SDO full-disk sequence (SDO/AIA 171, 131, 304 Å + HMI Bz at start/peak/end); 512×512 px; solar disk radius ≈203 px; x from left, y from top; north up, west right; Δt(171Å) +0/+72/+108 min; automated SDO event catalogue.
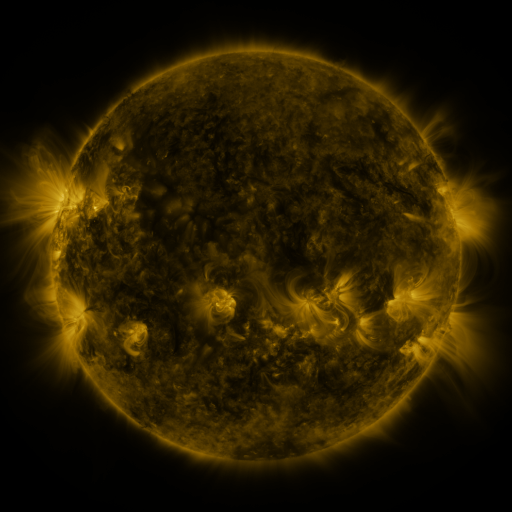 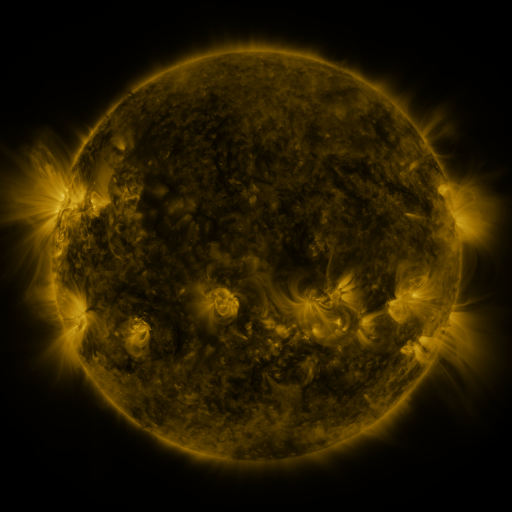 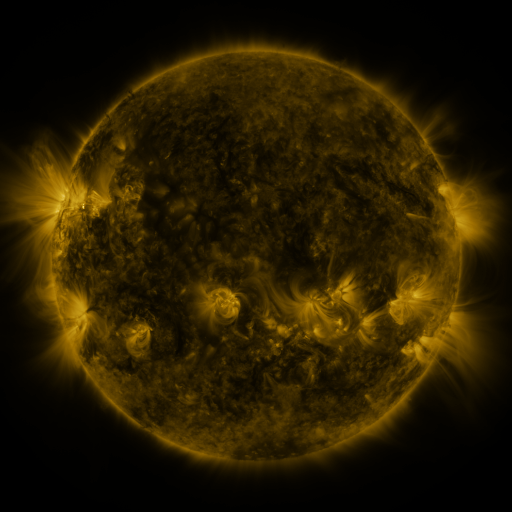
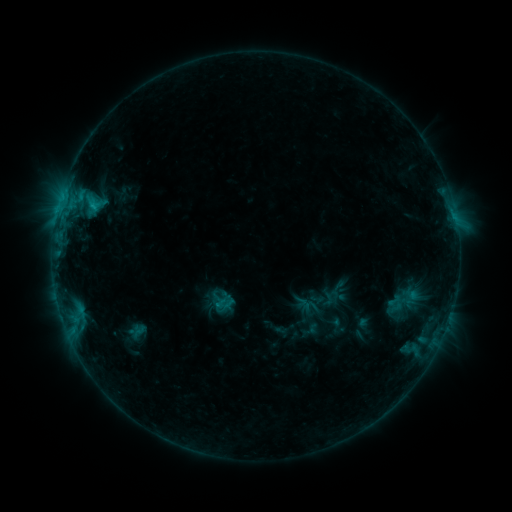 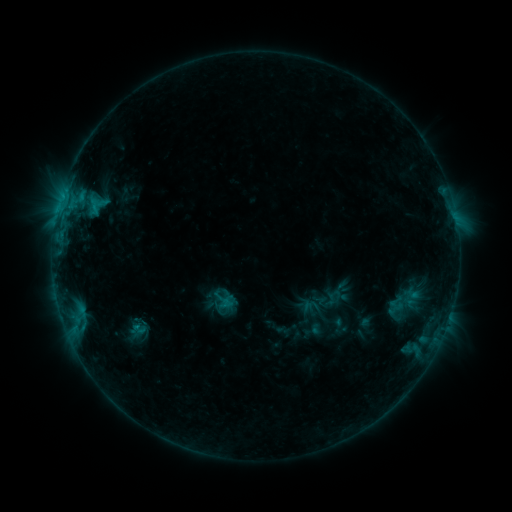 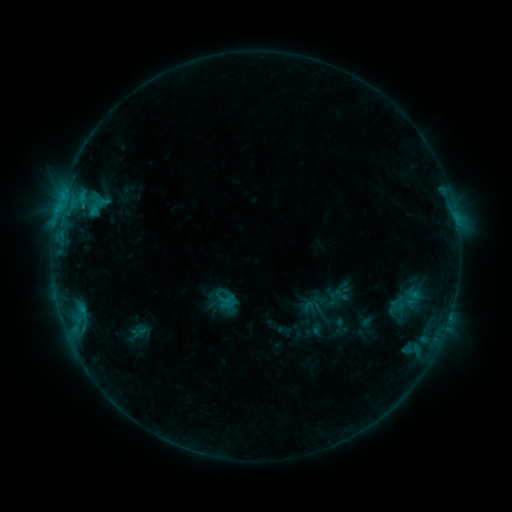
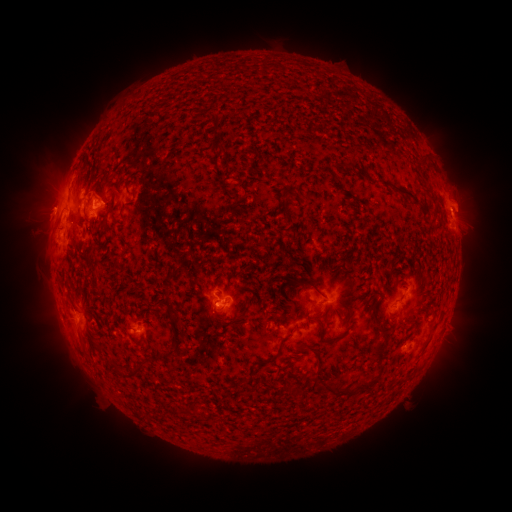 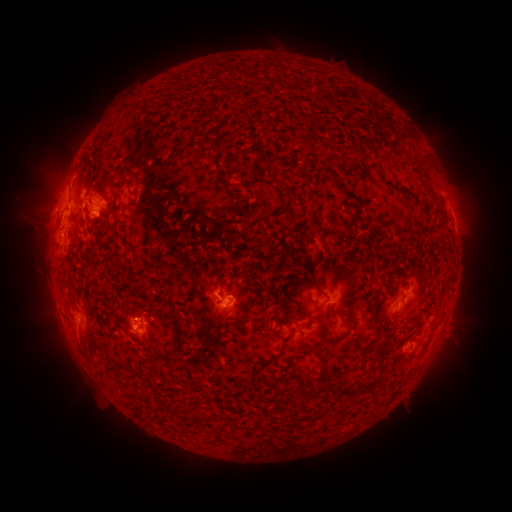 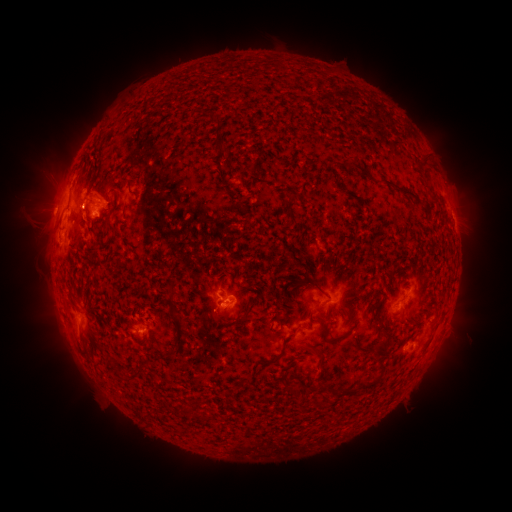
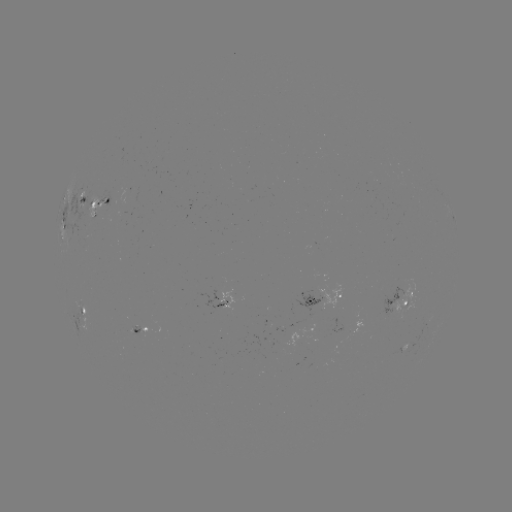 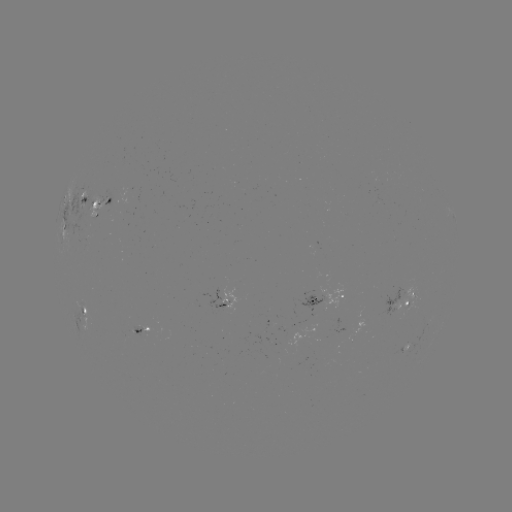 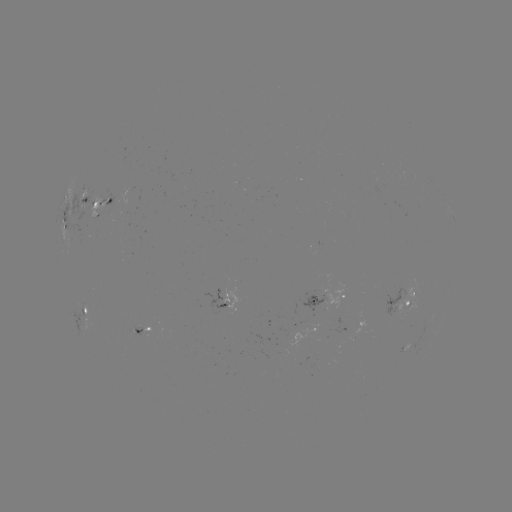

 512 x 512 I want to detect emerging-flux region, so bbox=[90, 197, 101, 219].